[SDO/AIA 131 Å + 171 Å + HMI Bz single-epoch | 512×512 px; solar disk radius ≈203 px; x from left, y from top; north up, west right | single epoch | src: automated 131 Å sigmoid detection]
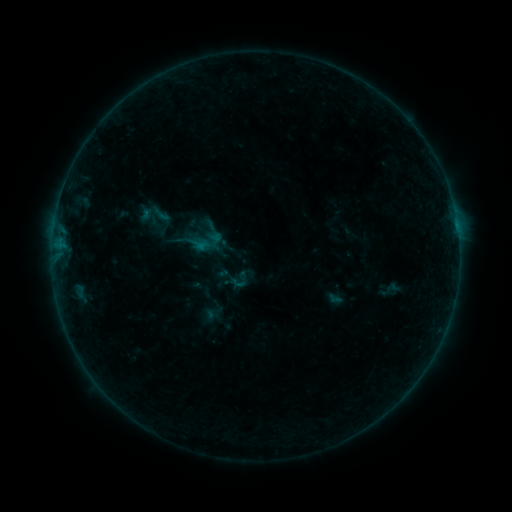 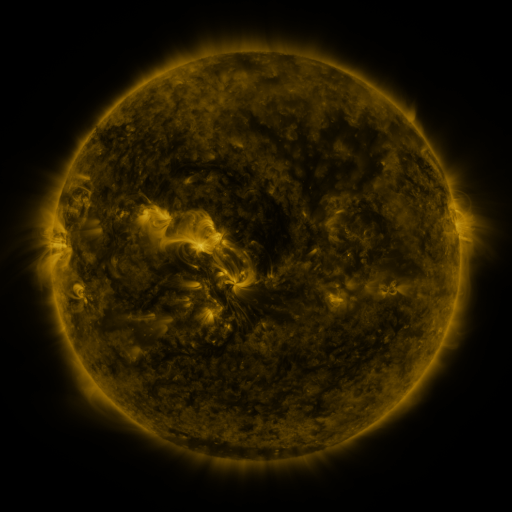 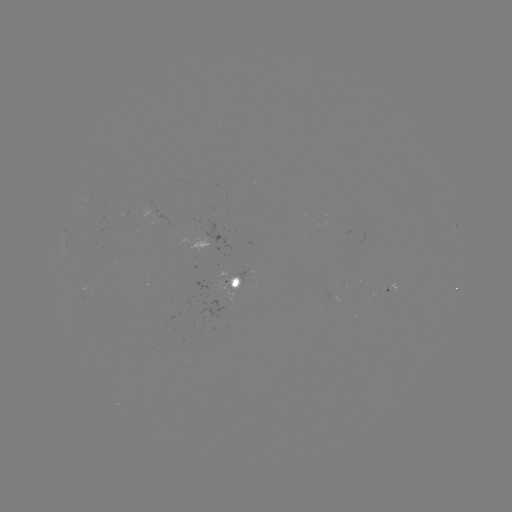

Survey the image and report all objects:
sigmoid: (161, 214)
sigmoid: (205, 241)
